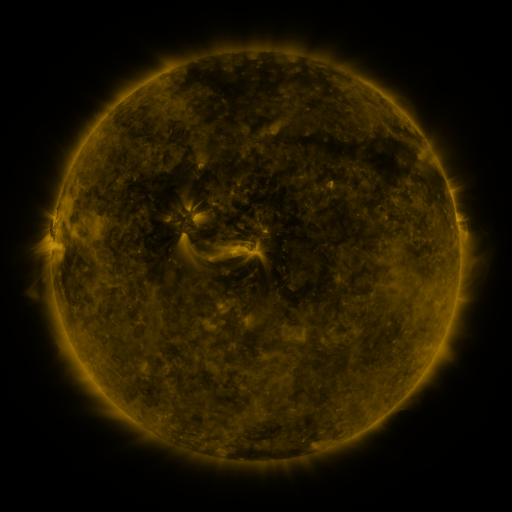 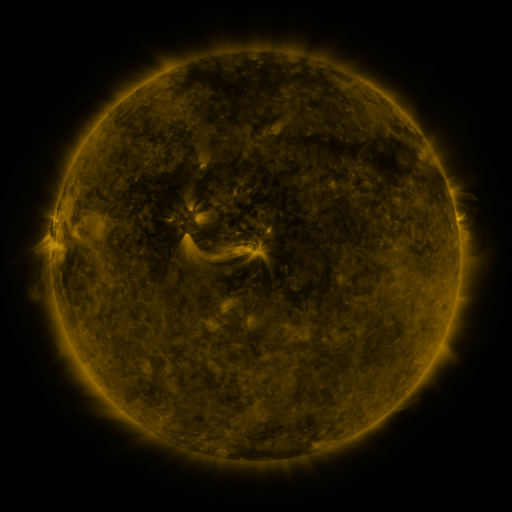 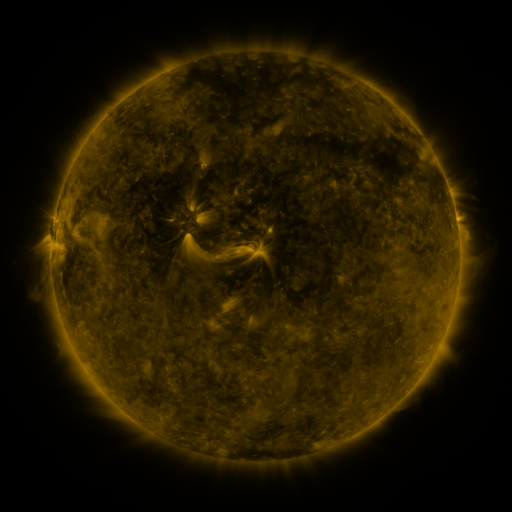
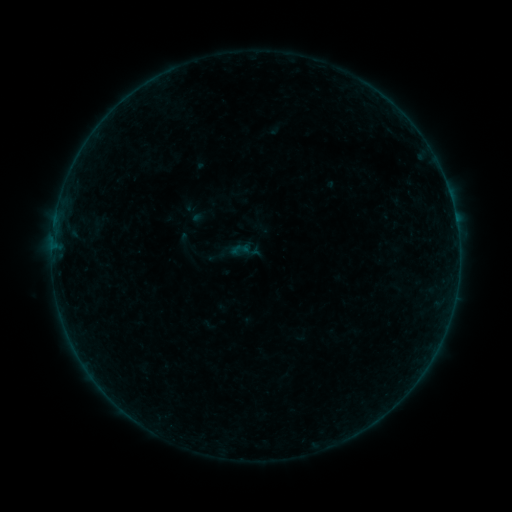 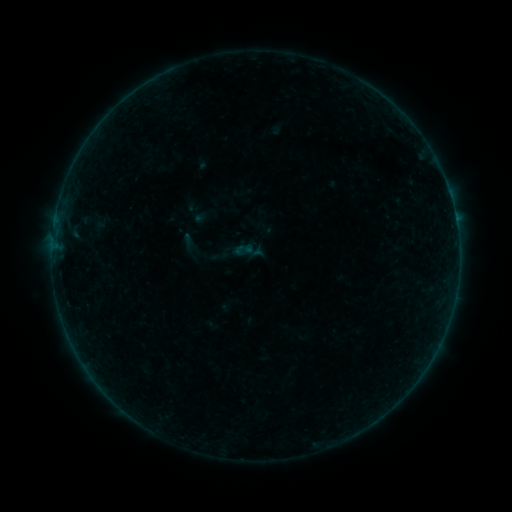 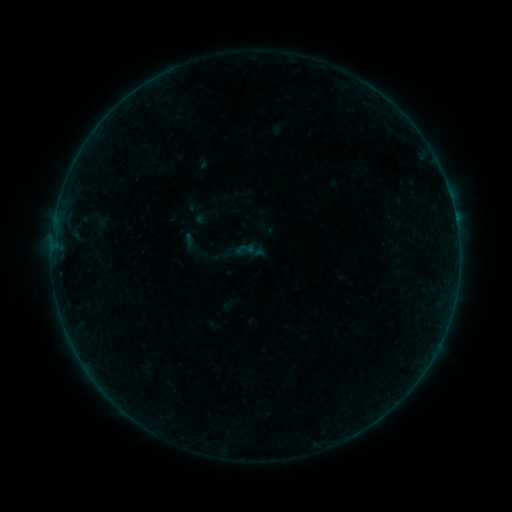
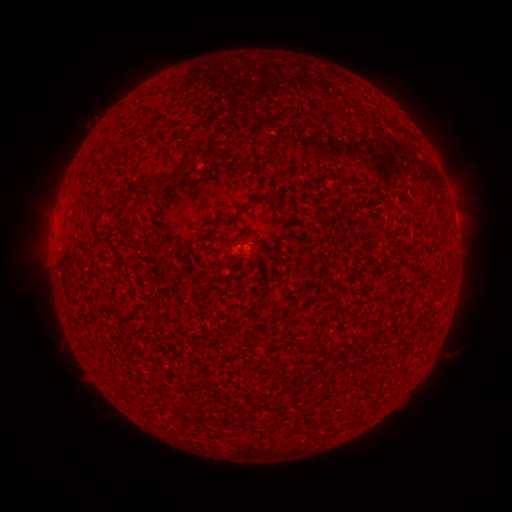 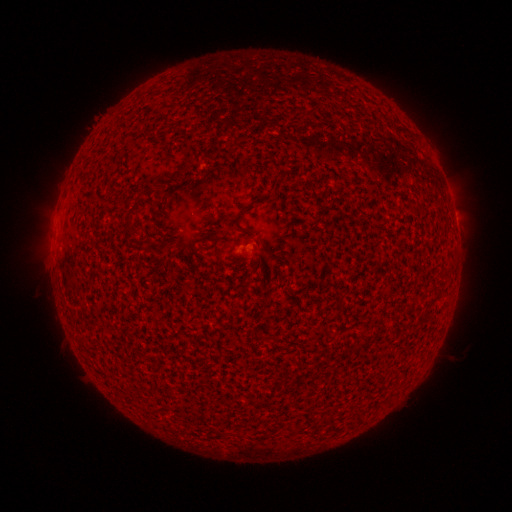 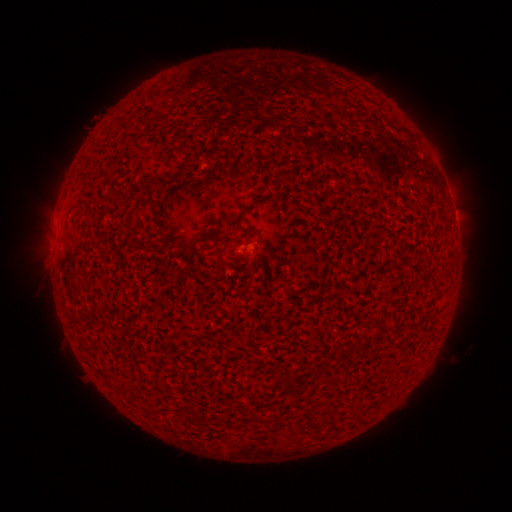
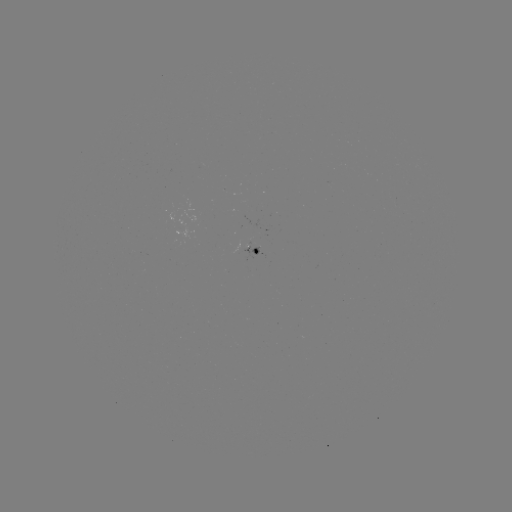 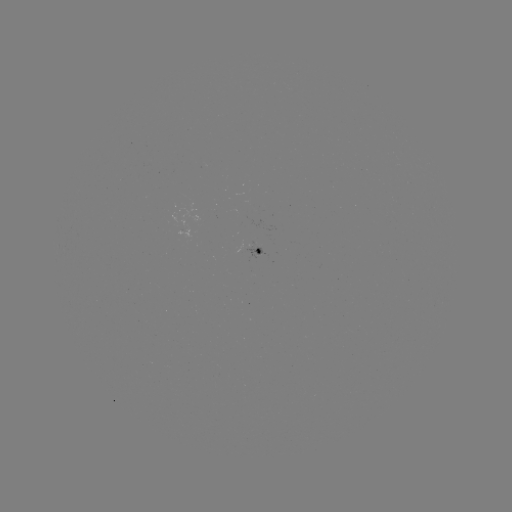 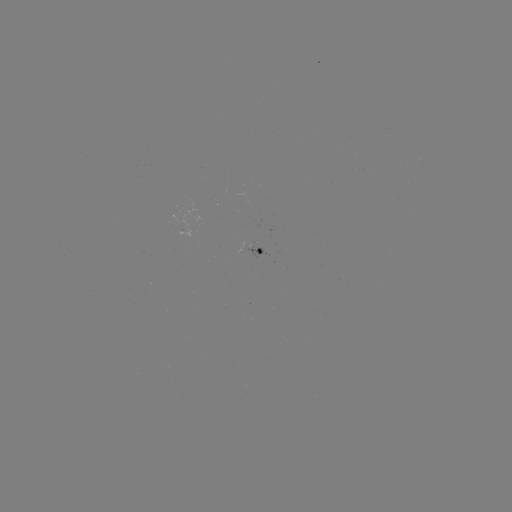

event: emerging-flux region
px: (182, 230)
